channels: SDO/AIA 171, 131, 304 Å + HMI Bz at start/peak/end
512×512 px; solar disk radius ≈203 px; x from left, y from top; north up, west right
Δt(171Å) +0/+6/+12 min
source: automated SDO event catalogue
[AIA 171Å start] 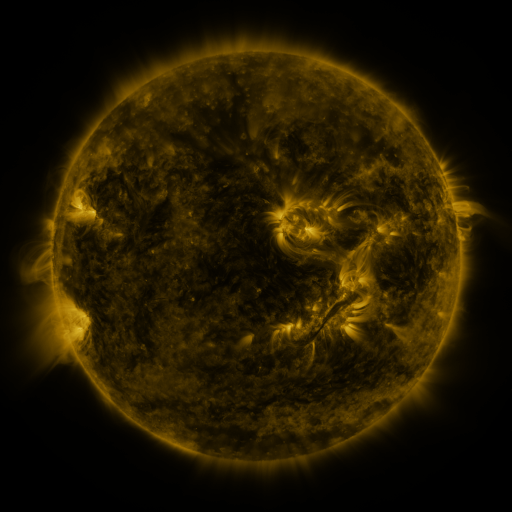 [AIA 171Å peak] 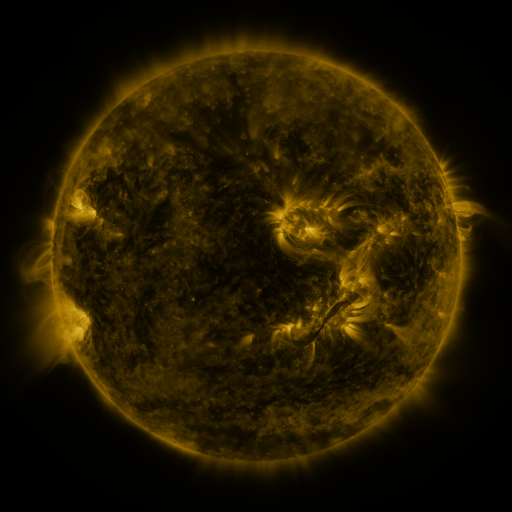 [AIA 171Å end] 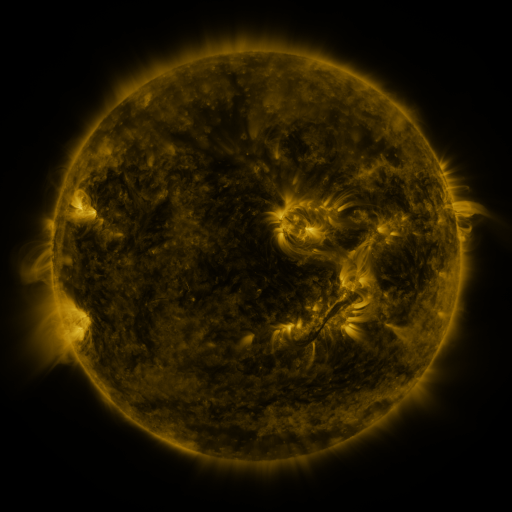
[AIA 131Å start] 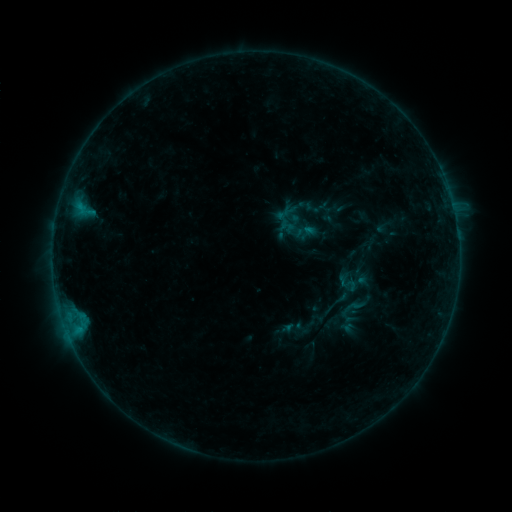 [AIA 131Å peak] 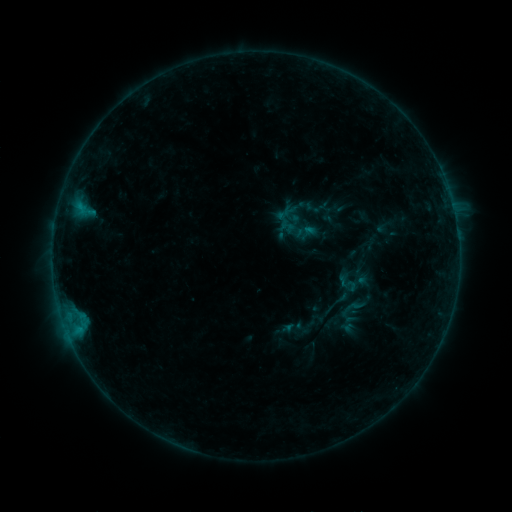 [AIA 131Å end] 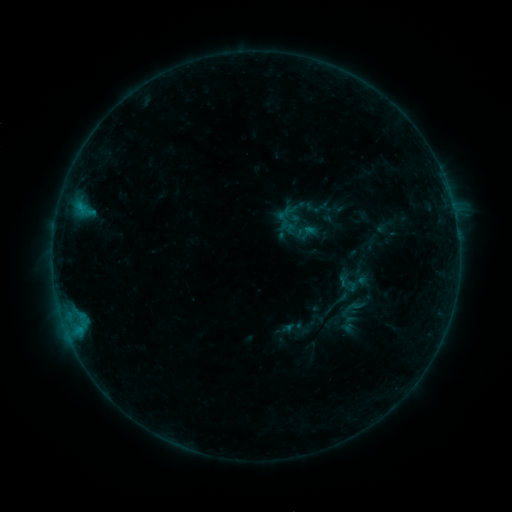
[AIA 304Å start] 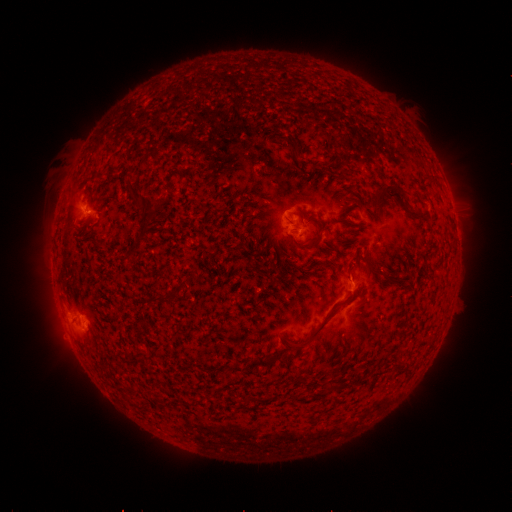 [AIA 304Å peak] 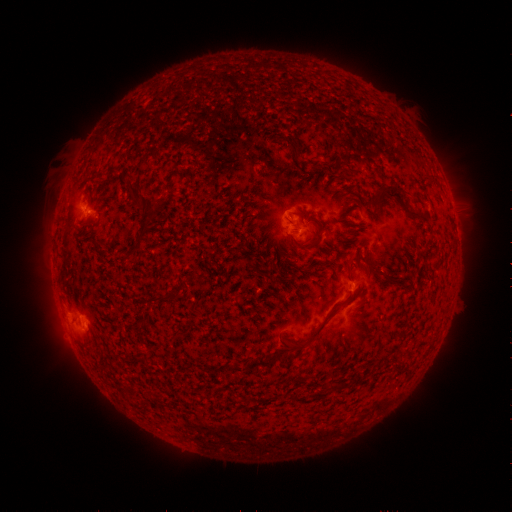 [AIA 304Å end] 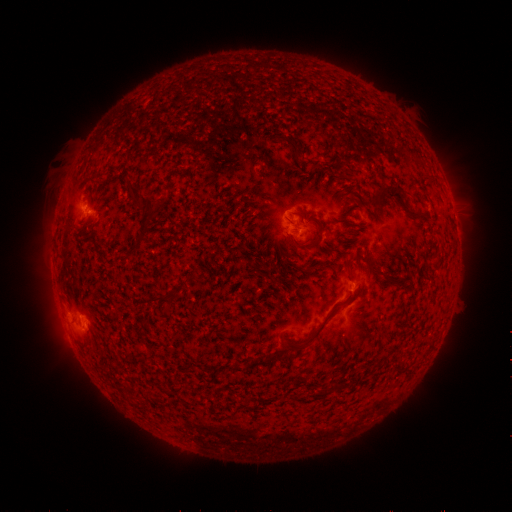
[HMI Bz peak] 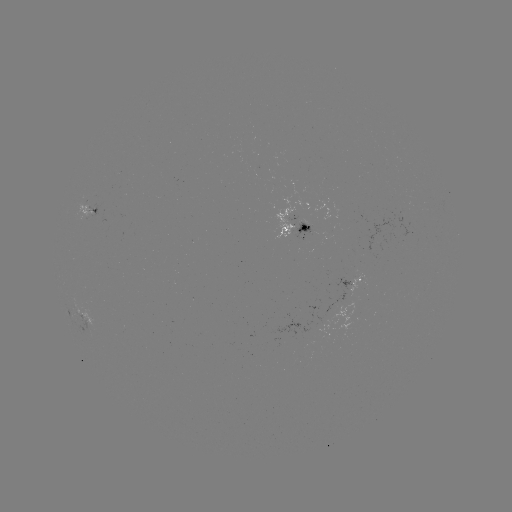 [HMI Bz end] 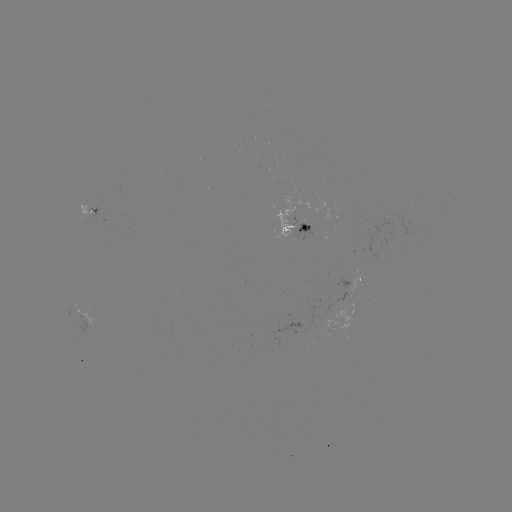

nothing was catalogued: no classed flare, no EUV trigger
